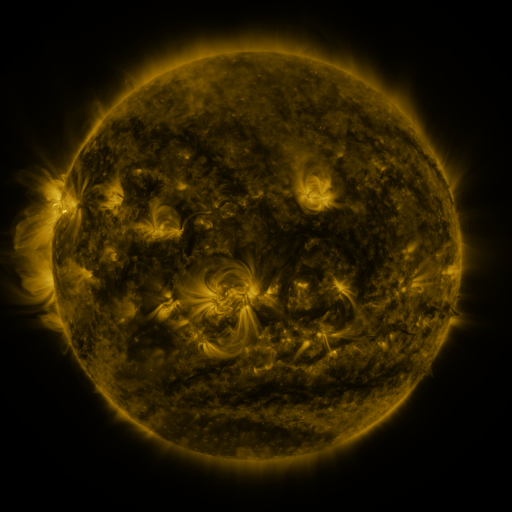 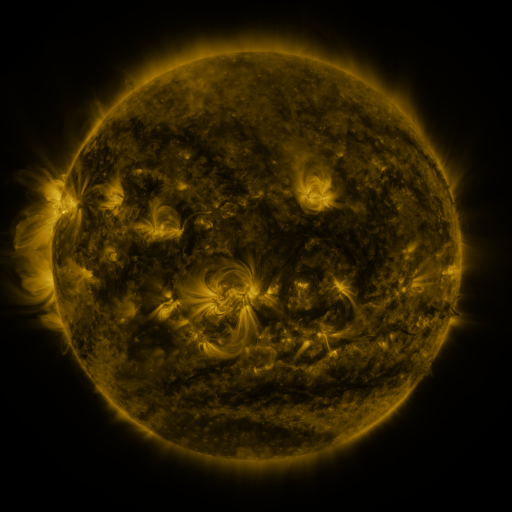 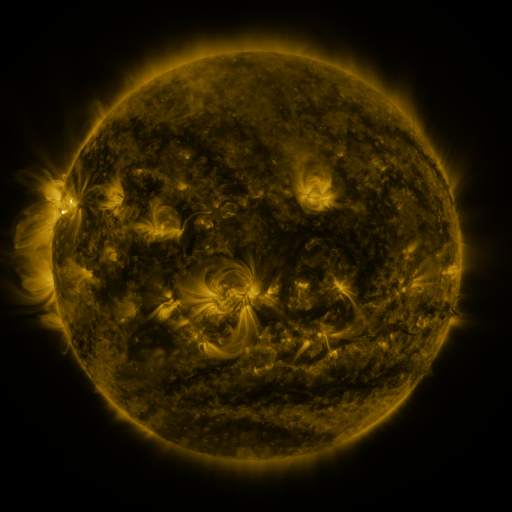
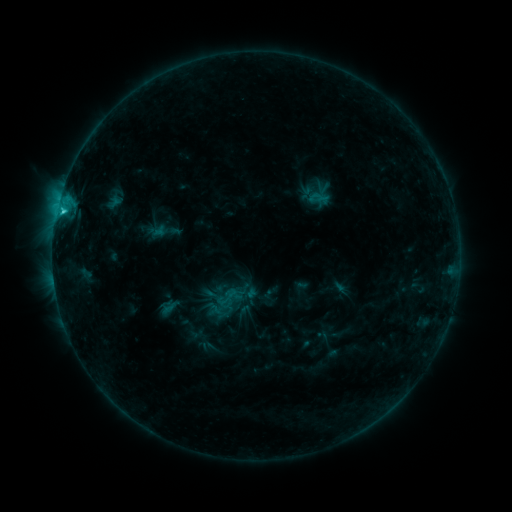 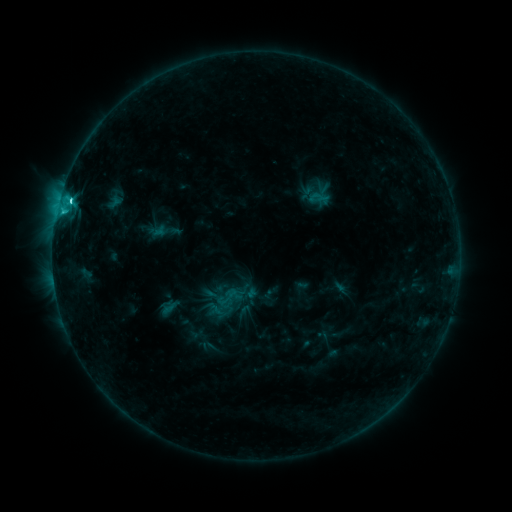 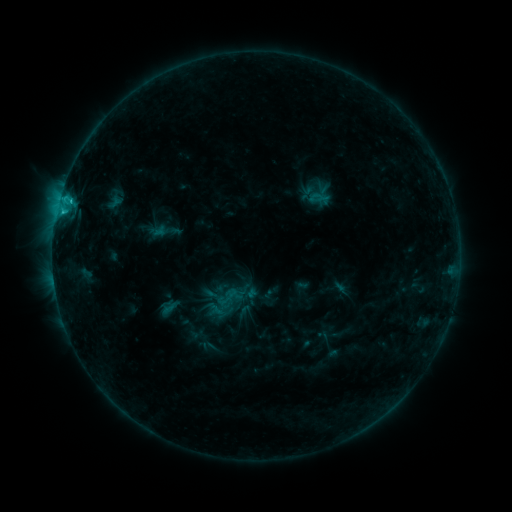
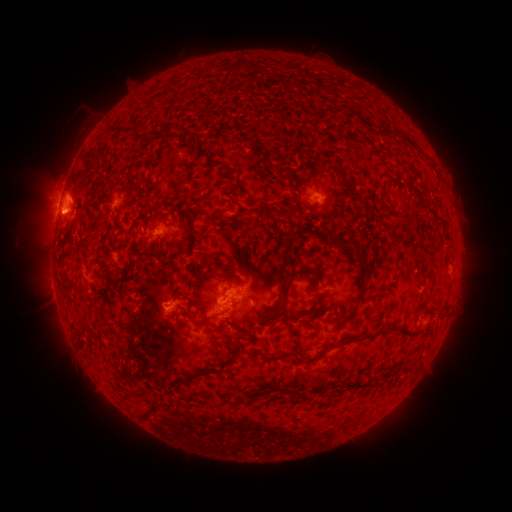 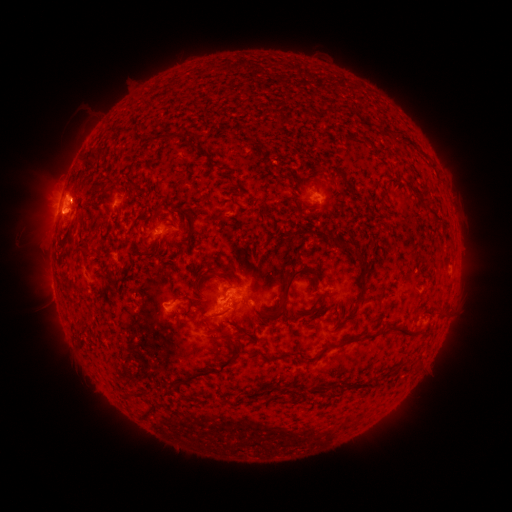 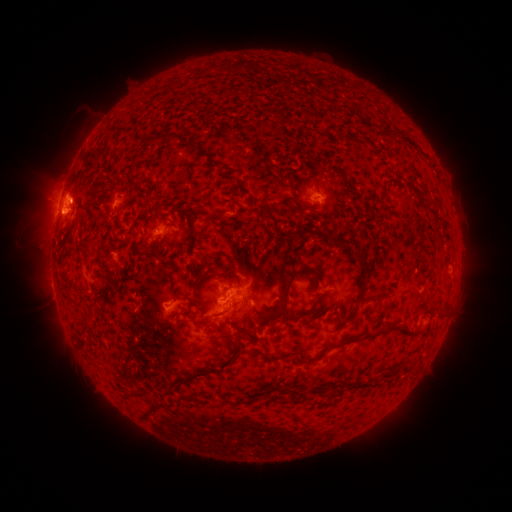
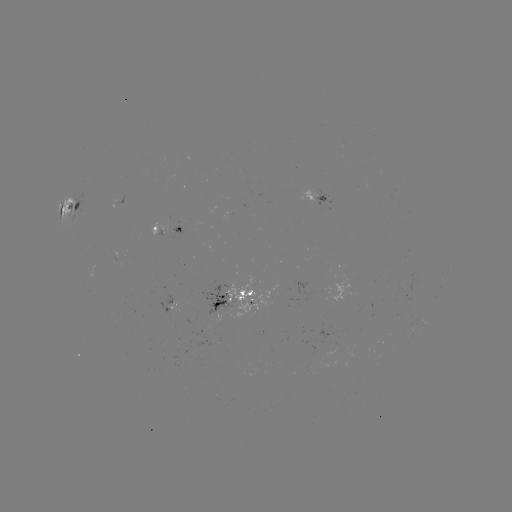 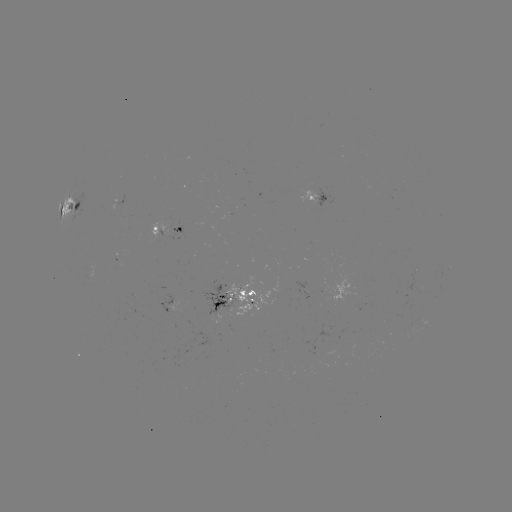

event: flare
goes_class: C2.4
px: (71, 202)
